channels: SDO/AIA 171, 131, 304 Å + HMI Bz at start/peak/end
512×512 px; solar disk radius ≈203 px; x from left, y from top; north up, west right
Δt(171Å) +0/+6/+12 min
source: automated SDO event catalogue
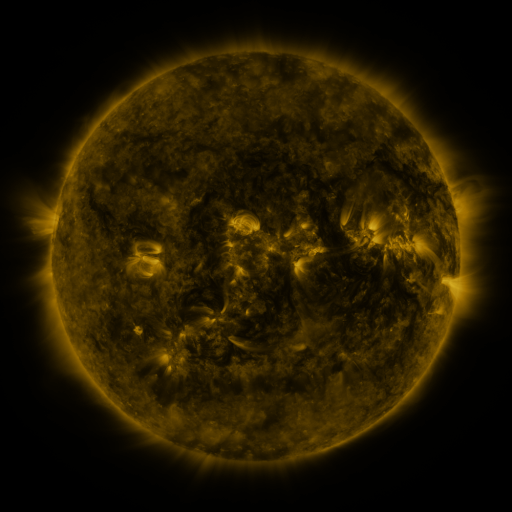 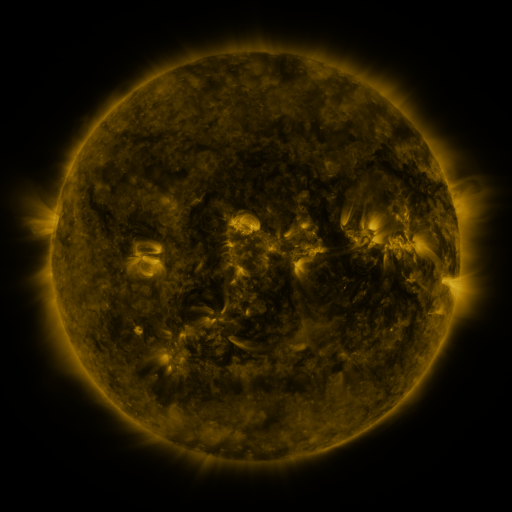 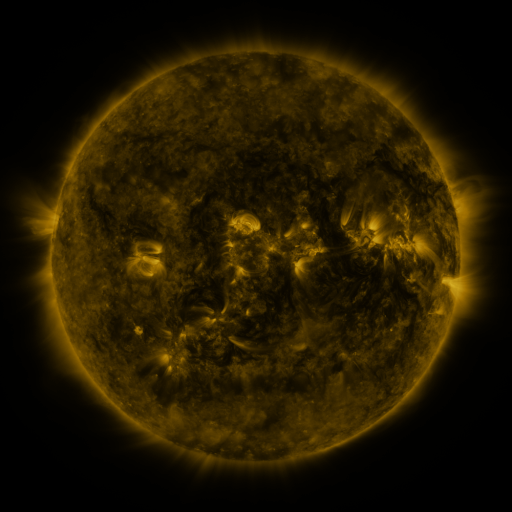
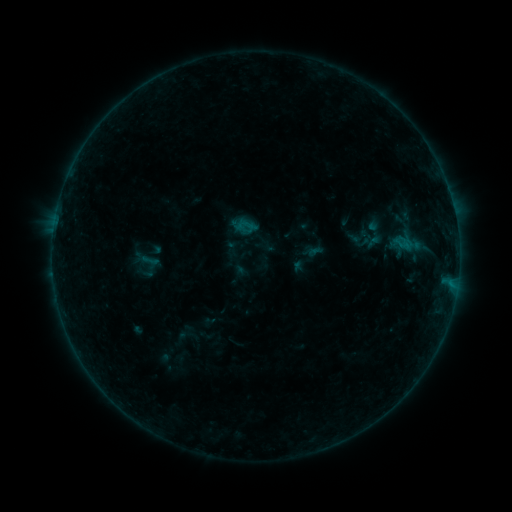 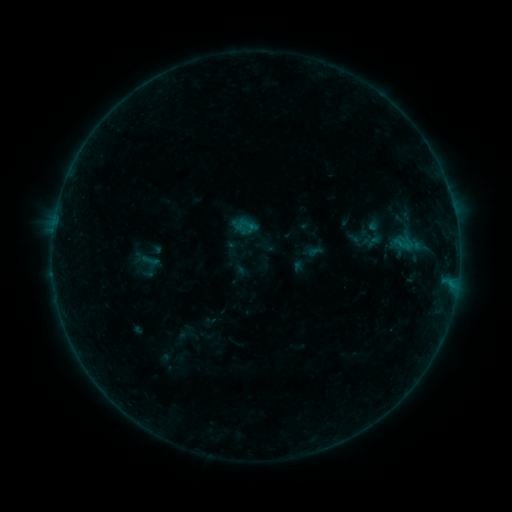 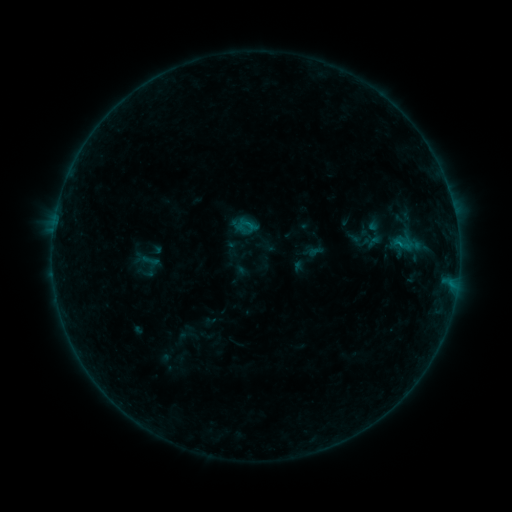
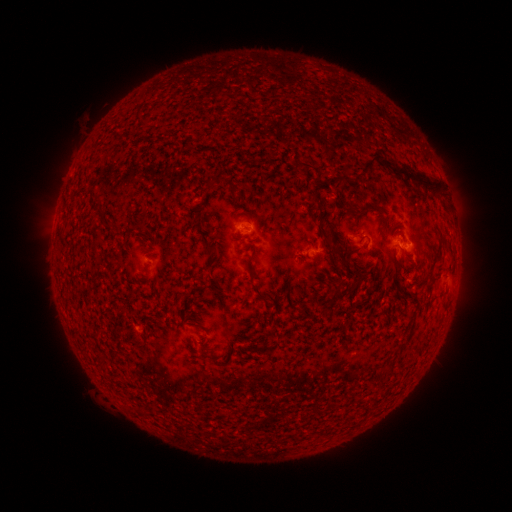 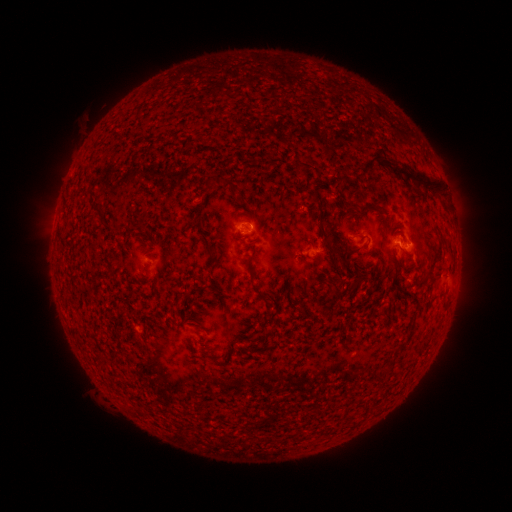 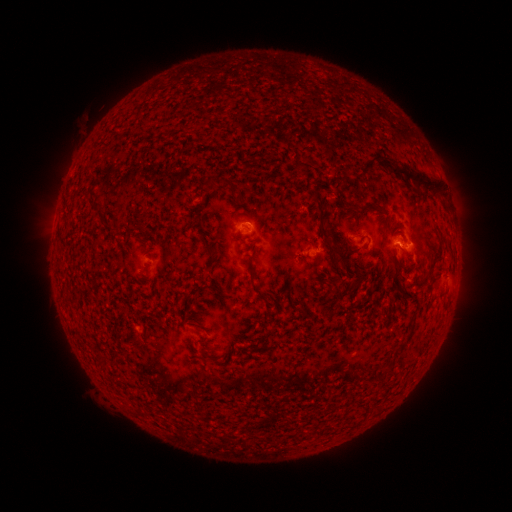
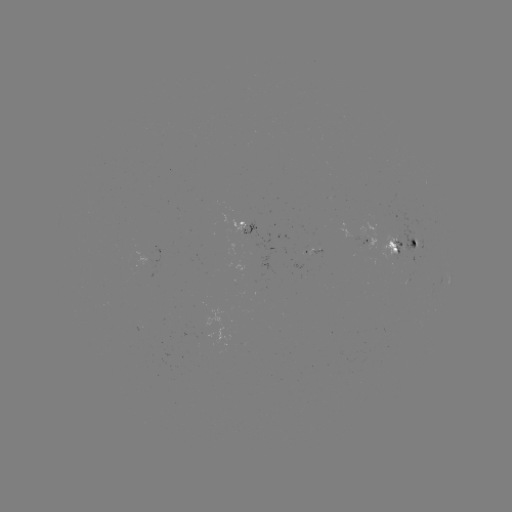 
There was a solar flare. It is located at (398, 245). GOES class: B3.7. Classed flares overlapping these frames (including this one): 1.